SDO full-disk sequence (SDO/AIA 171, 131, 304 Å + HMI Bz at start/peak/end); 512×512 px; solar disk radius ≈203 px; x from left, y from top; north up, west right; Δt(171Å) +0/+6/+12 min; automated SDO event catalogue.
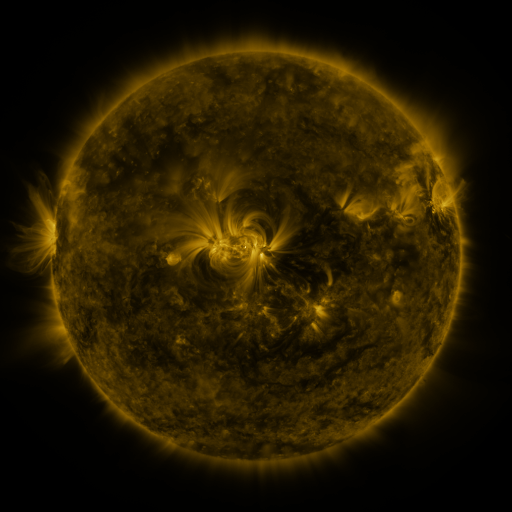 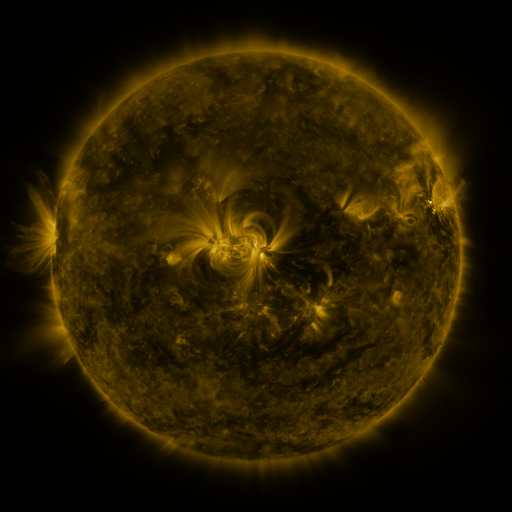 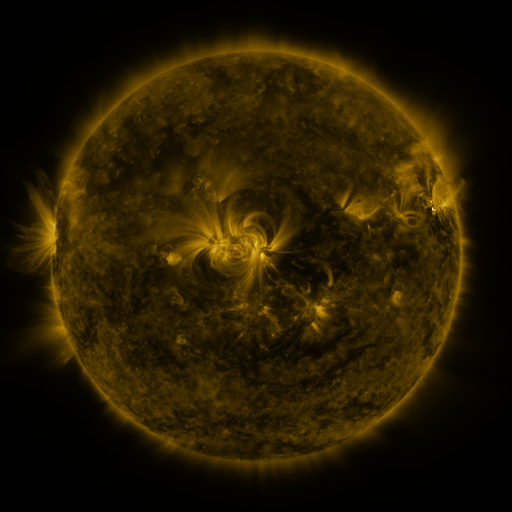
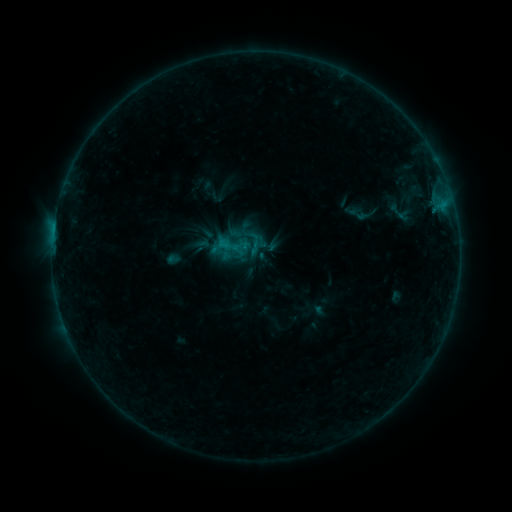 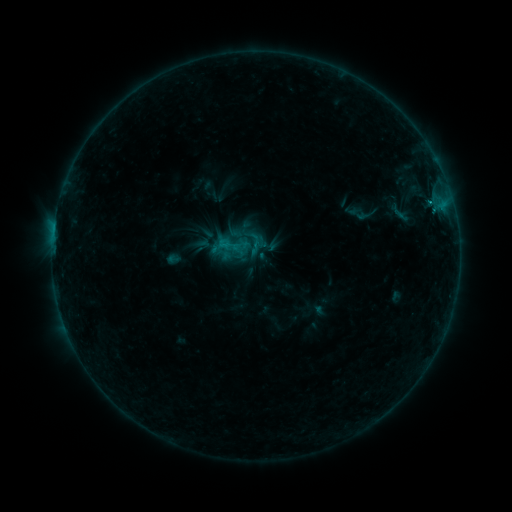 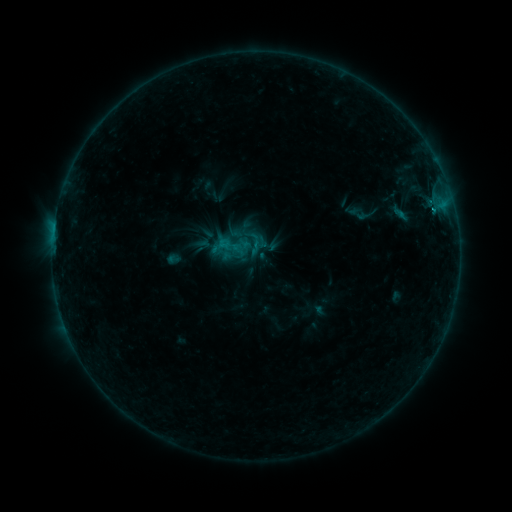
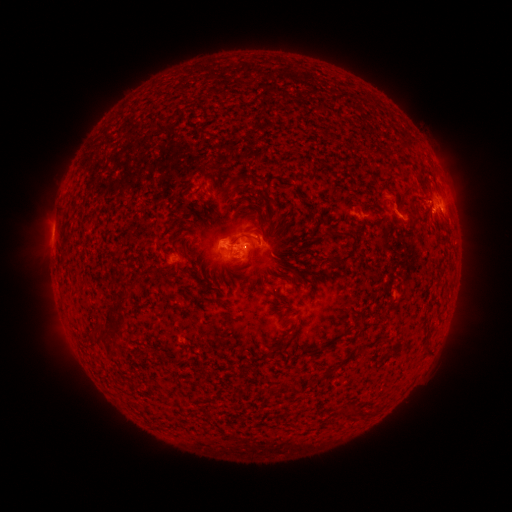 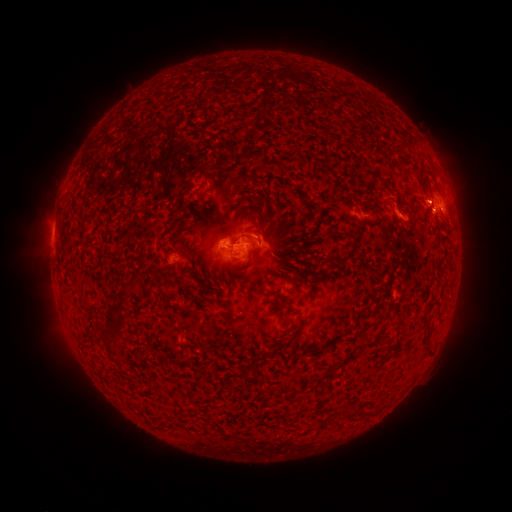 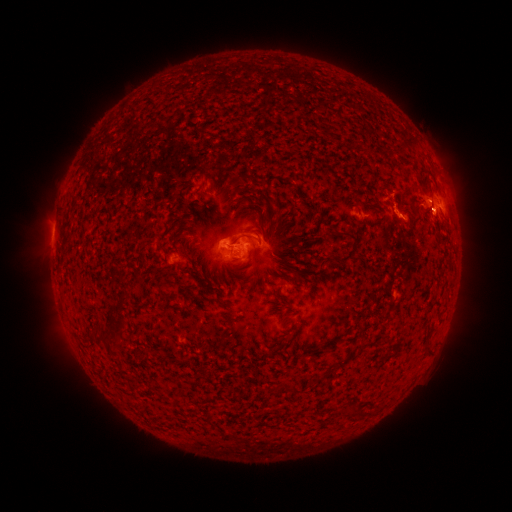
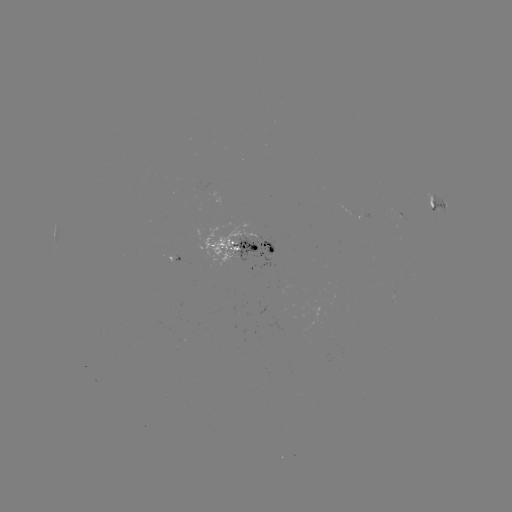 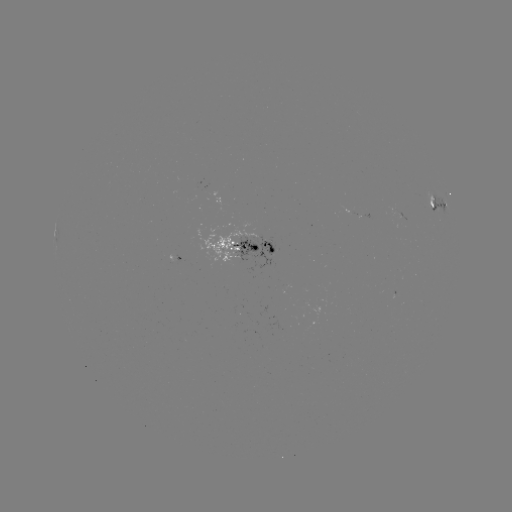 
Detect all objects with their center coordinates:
B9.1 flare: (433, 213)
